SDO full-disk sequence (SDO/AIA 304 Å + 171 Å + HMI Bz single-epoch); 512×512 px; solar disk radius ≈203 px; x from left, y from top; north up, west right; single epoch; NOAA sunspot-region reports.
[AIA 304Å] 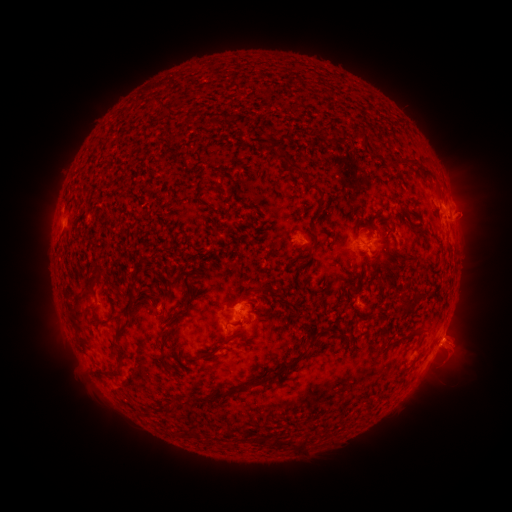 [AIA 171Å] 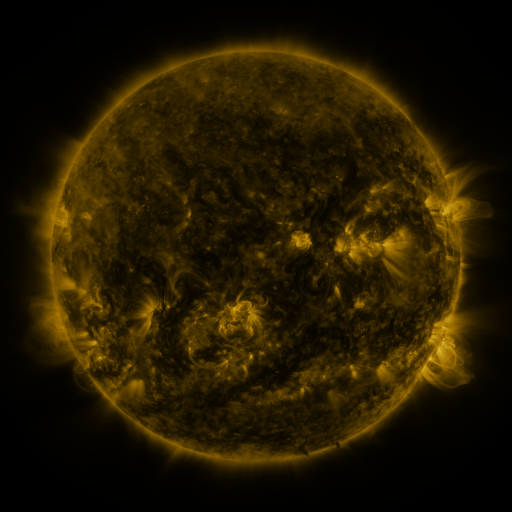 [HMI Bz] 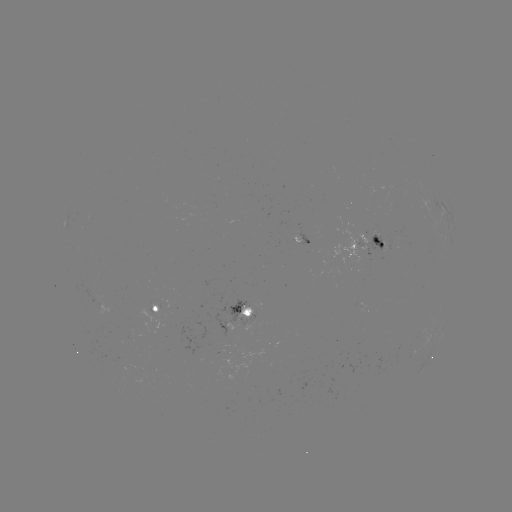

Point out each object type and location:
spotted active region: (304, 240)
spotted active region: (371, 241)
spotted active region: (155, 309)
spotted active region: (242, 315)
